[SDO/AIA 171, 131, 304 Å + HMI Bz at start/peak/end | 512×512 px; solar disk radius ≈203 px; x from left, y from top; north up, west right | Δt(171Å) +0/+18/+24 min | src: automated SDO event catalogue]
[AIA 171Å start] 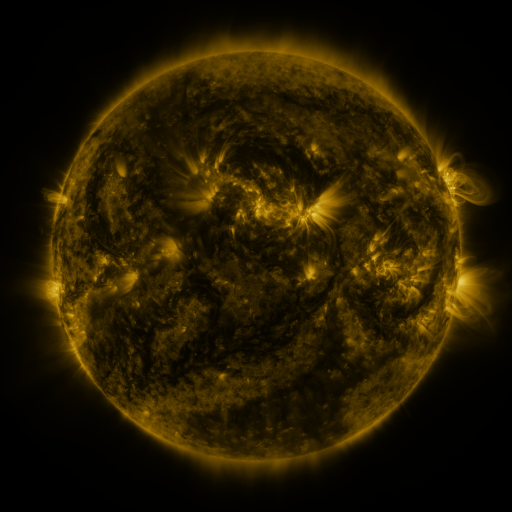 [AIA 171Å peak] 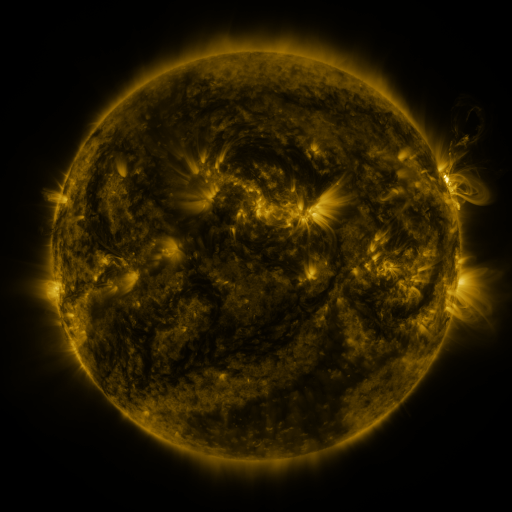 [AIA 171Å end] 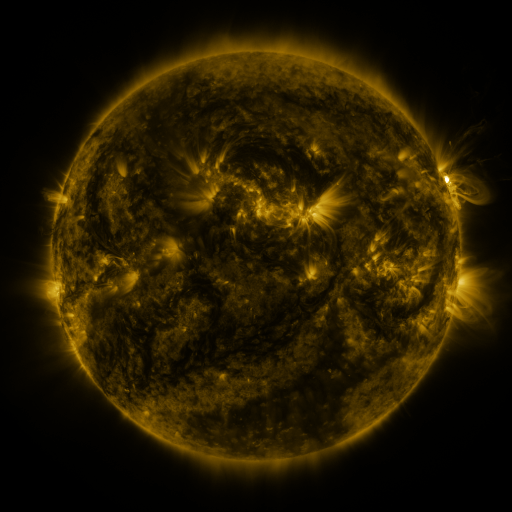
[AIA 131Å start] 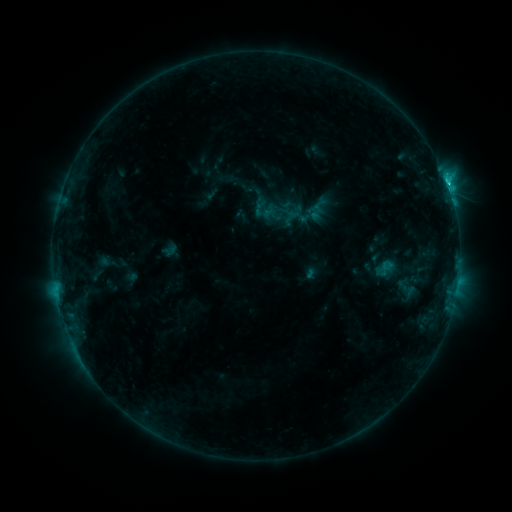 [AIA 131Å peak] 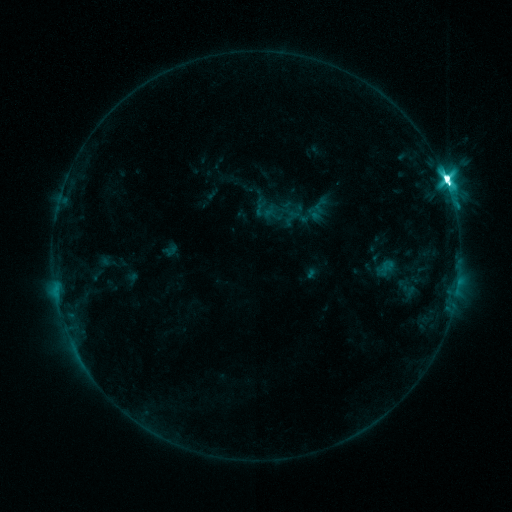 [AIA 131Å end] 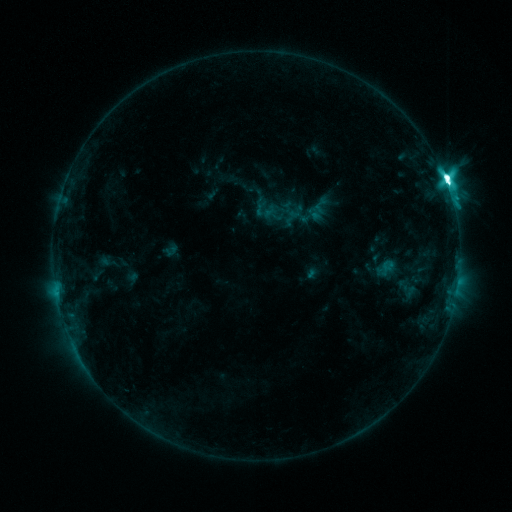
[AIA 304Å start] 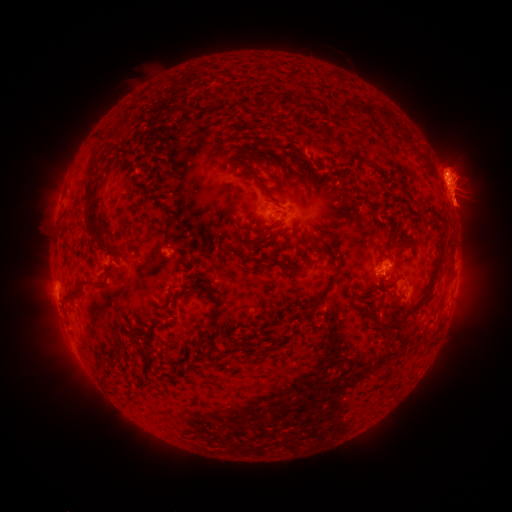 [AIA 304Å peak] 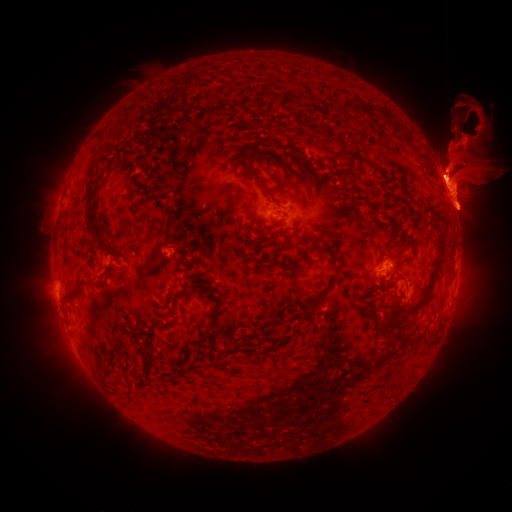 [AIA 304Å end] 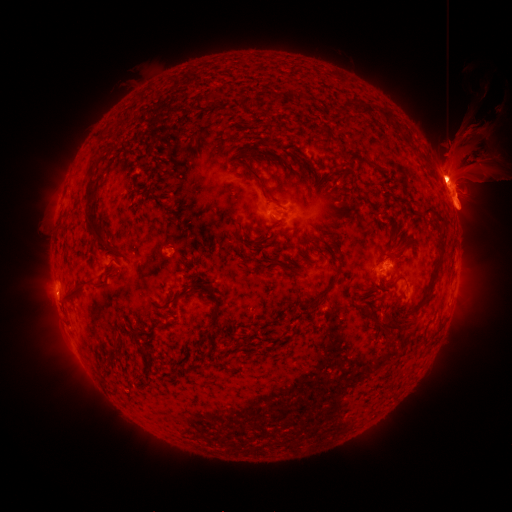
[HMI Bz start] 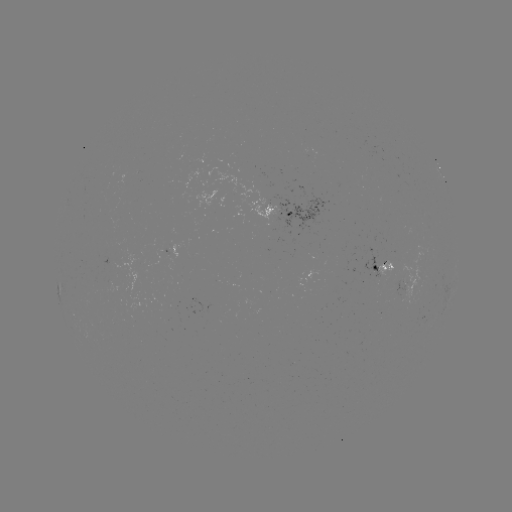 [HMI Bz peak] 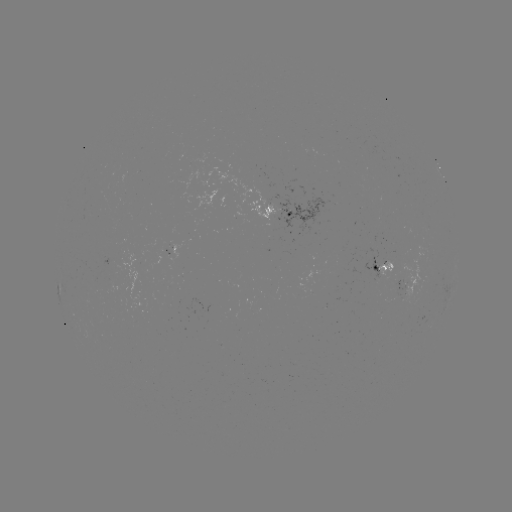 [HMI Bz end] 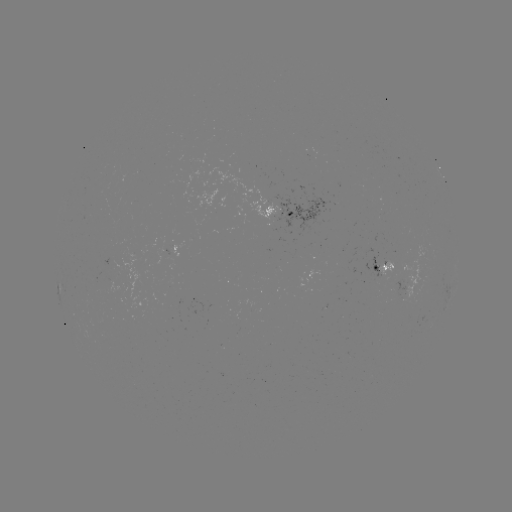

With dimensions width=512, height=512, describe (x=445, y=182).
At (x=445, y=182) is M3.7 flare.